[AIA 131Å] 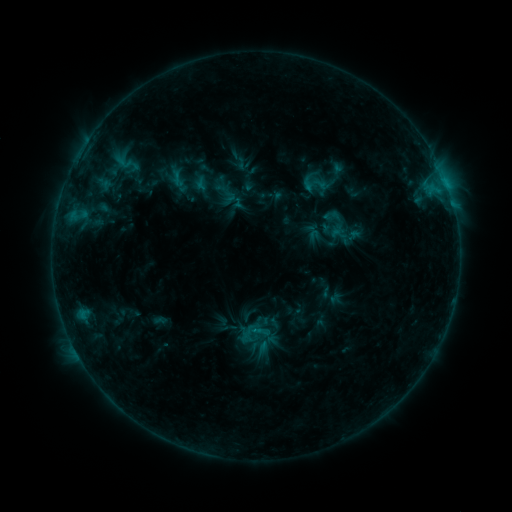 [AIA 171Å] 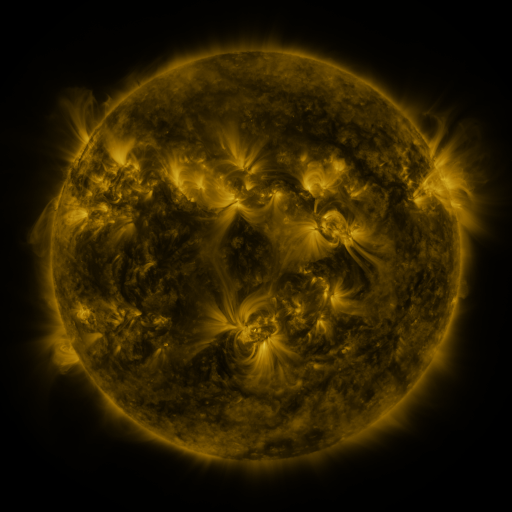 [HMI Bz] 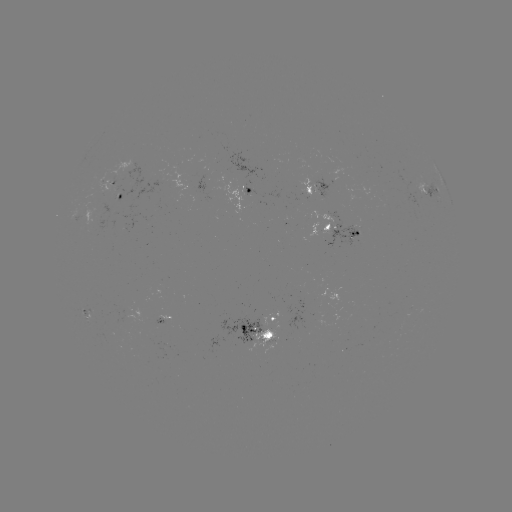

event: sigmoid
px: (314, 184)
